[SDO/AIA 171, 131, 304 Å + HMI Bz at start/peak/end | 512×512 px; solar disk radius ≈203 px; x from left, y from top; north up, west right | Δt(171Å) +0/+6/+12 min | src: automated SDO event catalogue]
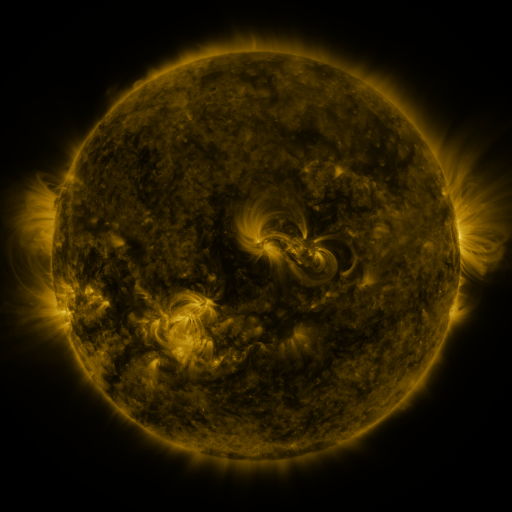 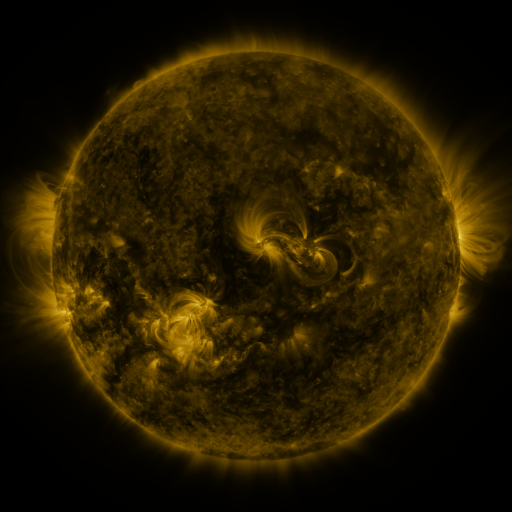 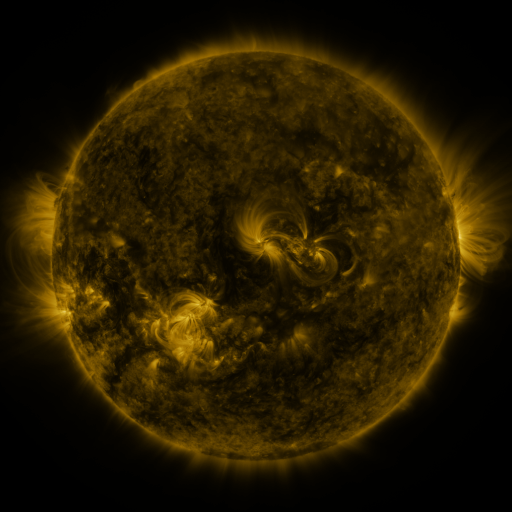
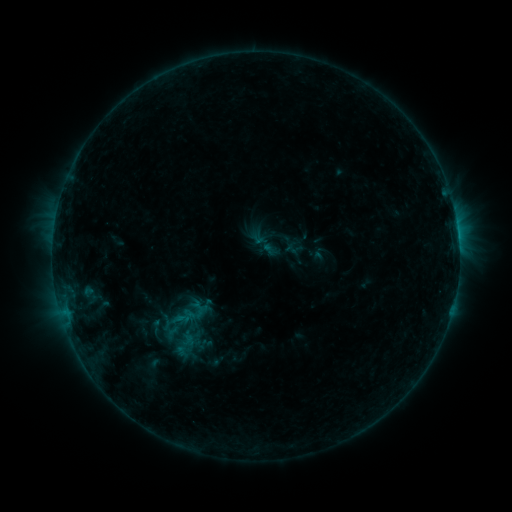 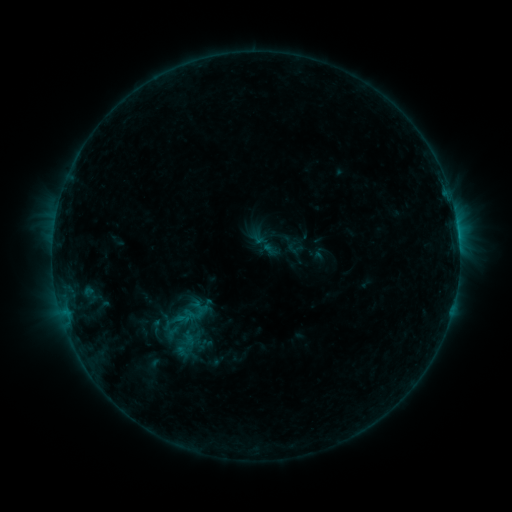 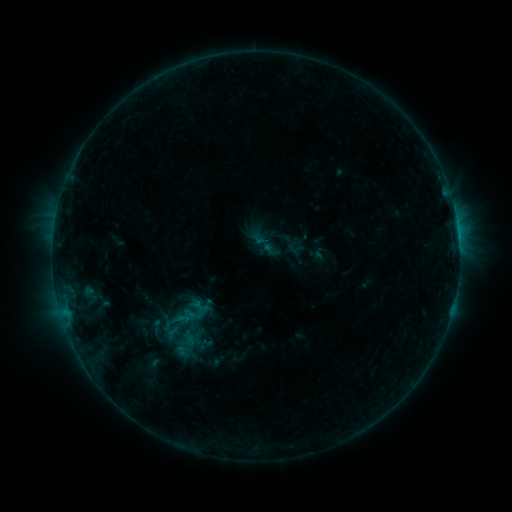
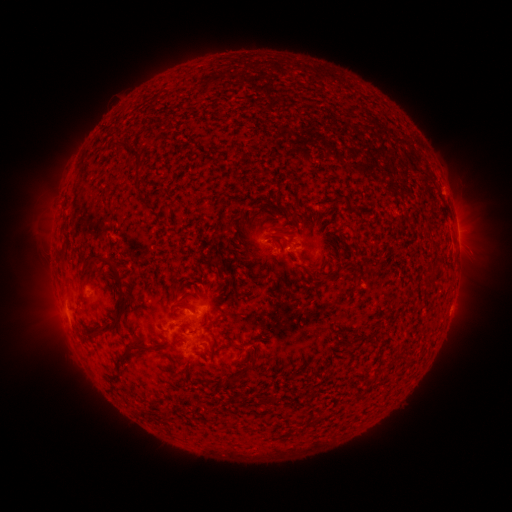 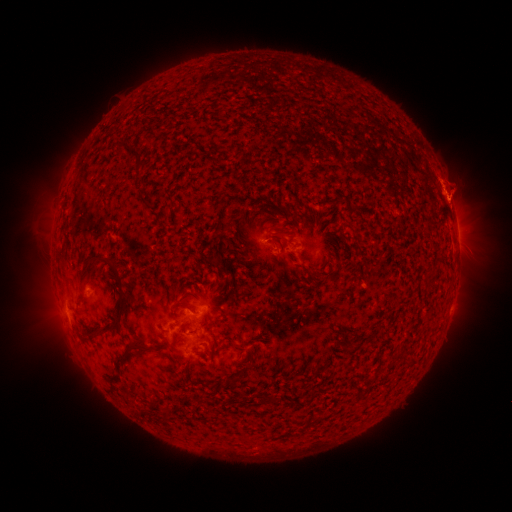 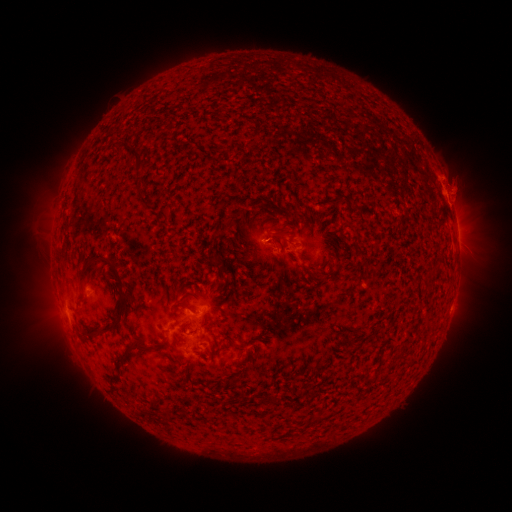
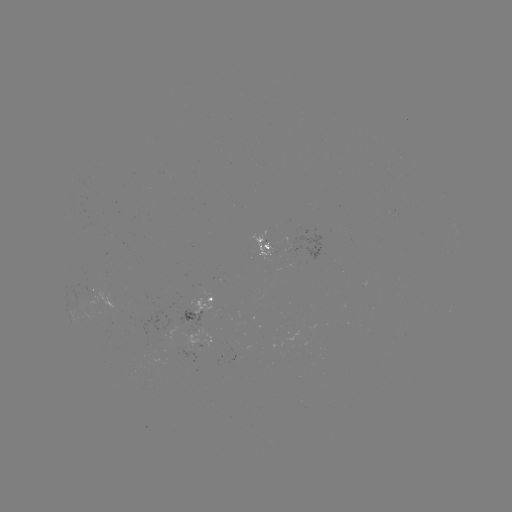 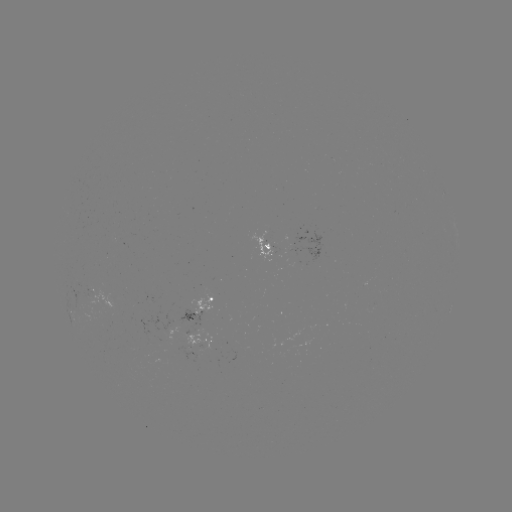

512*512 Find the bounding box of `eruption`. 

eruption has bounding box [429, 161, 484, 228].